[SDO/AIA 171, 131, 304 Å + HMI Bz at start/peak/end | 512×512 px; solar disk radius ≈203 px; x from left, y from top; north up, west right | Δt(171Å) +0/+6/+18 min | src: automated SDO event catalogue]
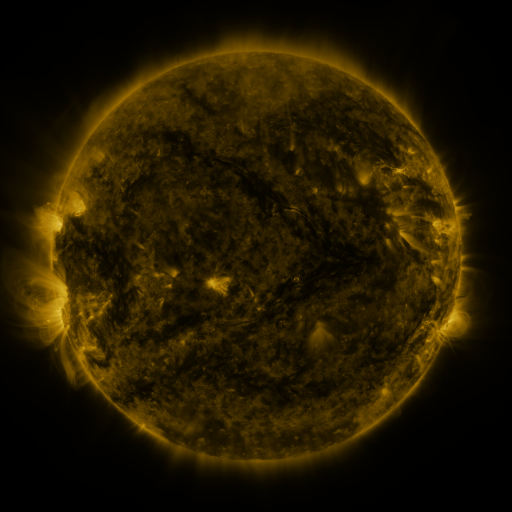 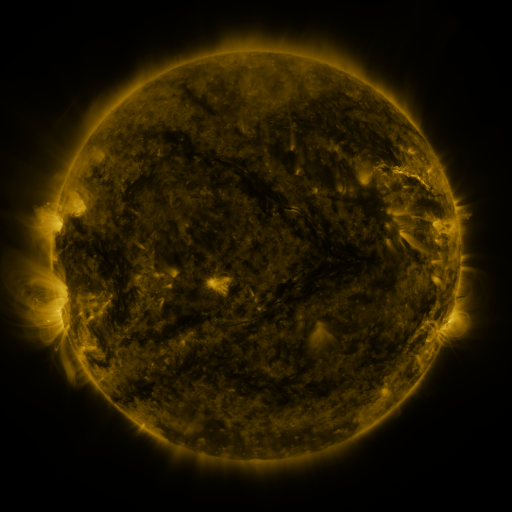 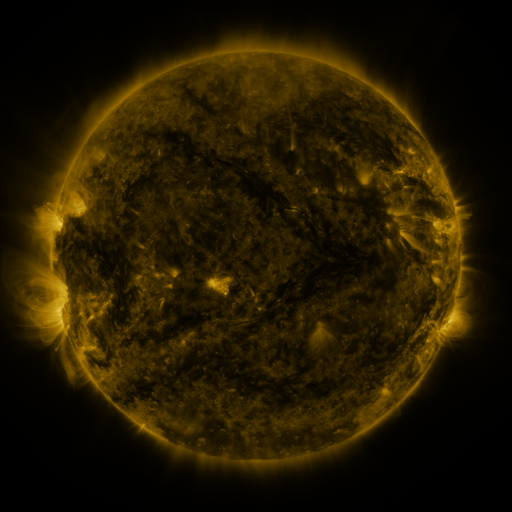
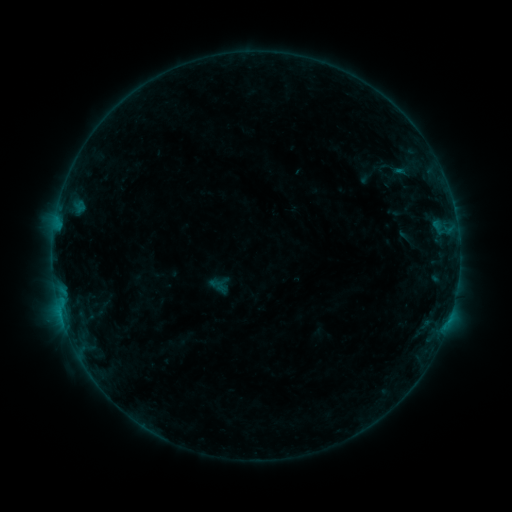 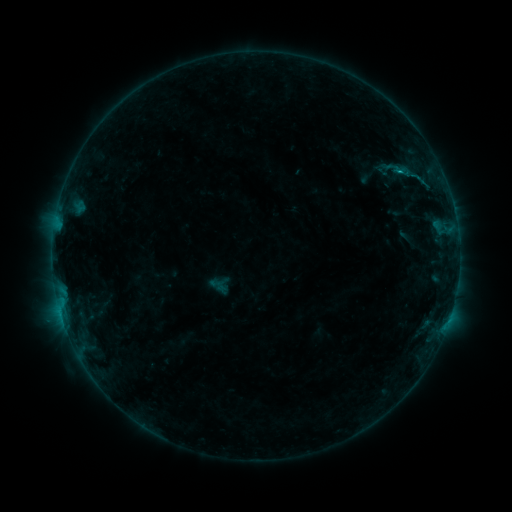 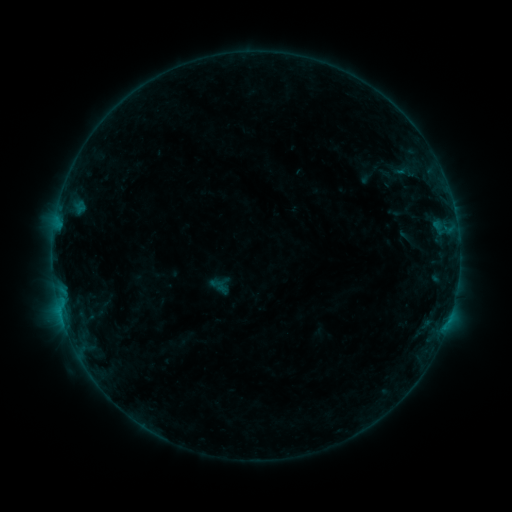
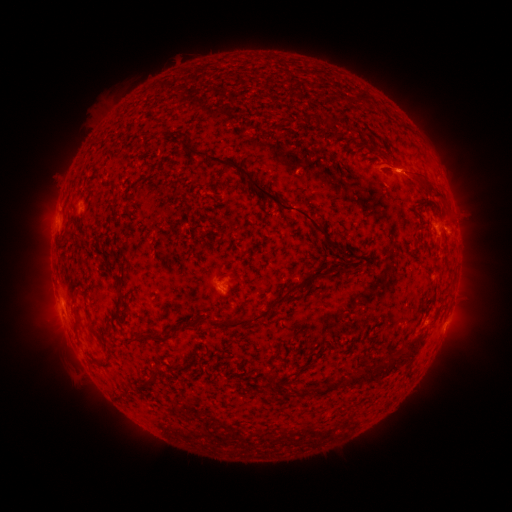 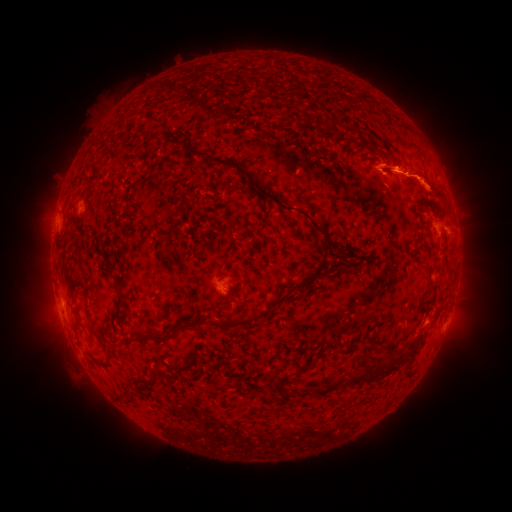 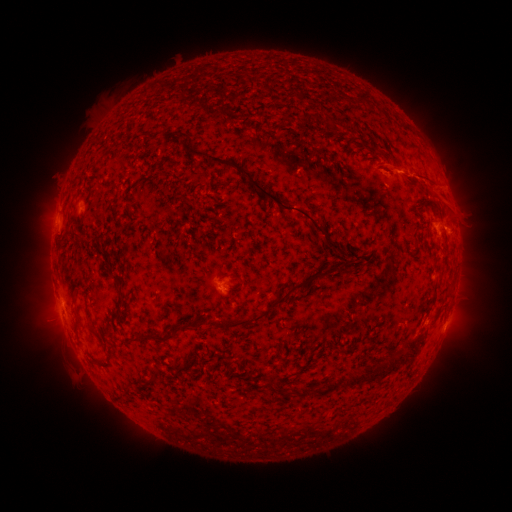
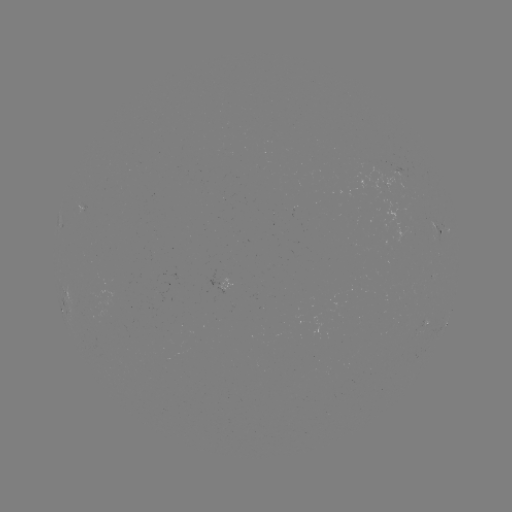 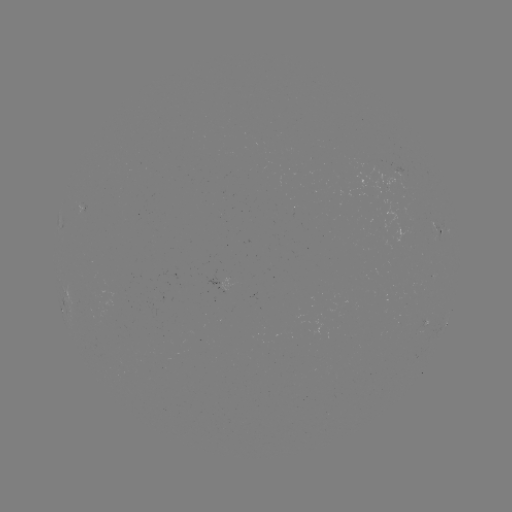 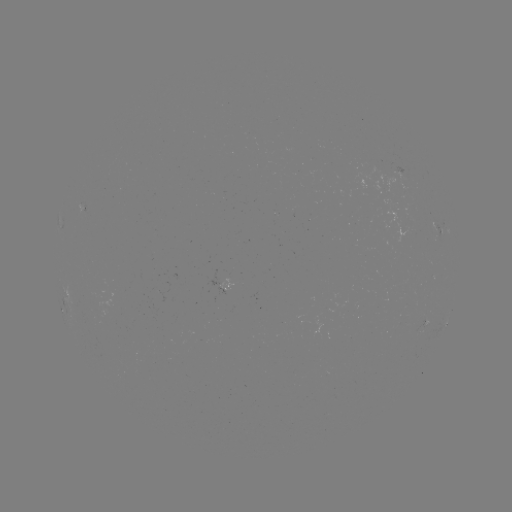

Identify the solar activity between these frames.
eruption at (421, 178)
